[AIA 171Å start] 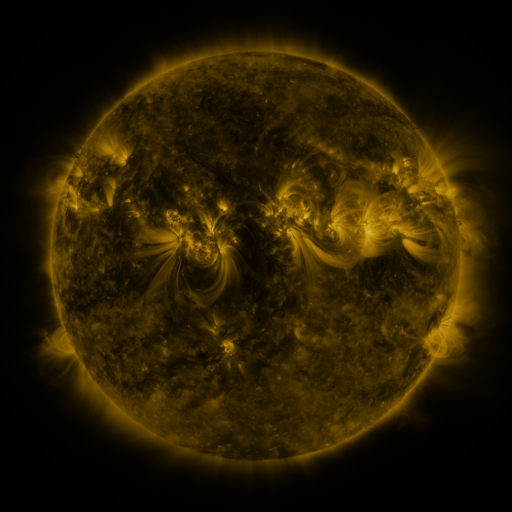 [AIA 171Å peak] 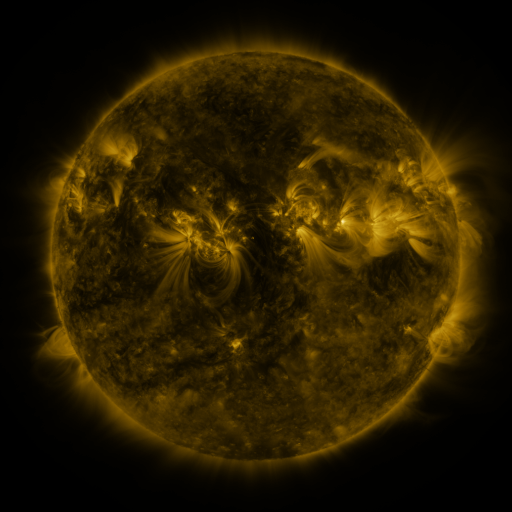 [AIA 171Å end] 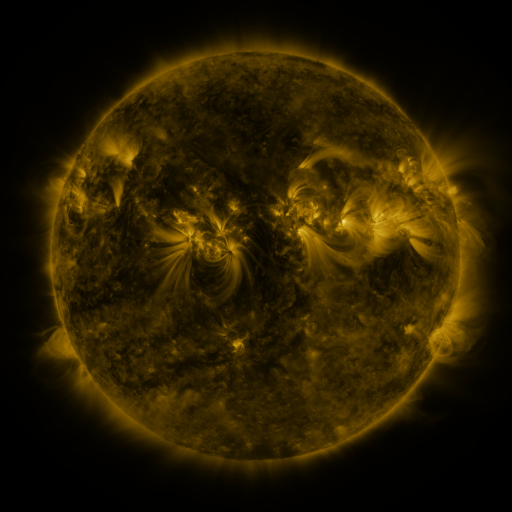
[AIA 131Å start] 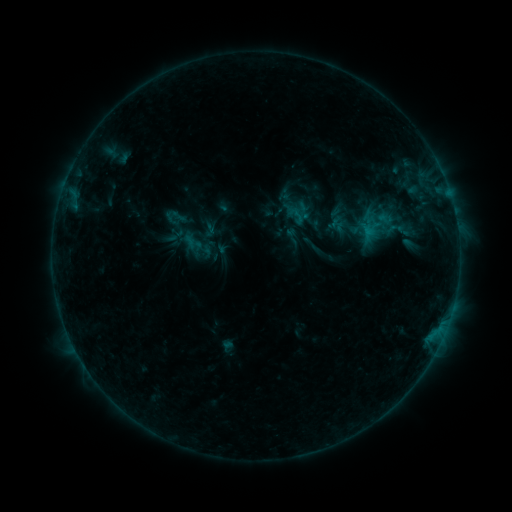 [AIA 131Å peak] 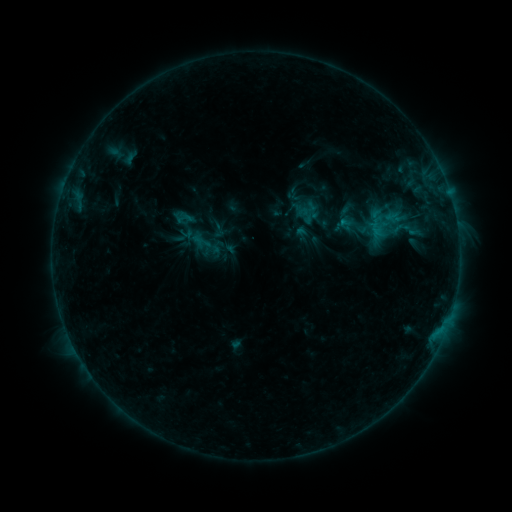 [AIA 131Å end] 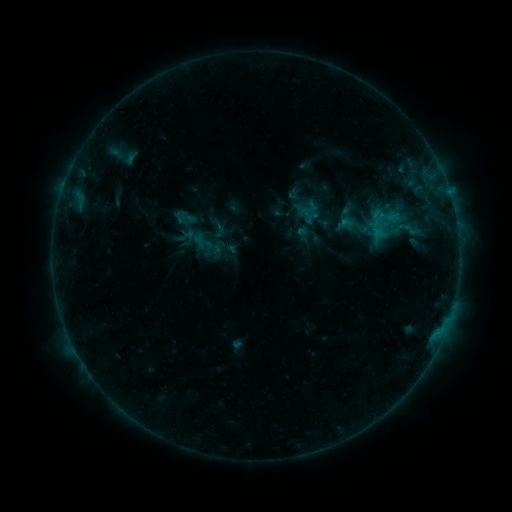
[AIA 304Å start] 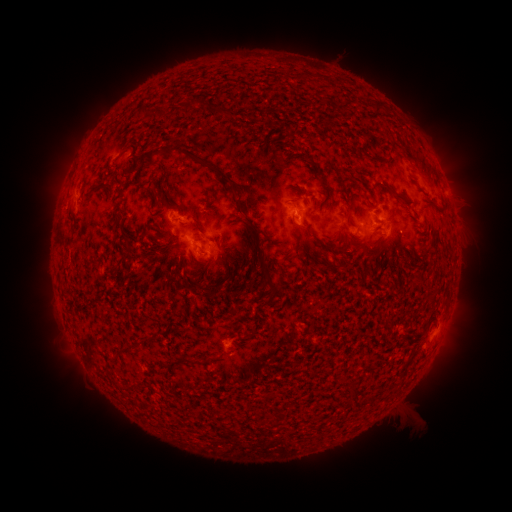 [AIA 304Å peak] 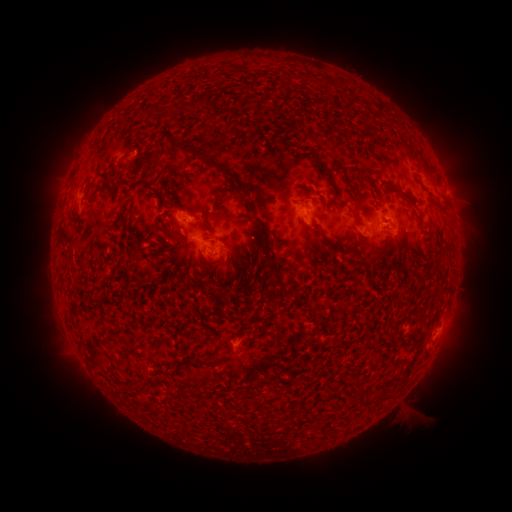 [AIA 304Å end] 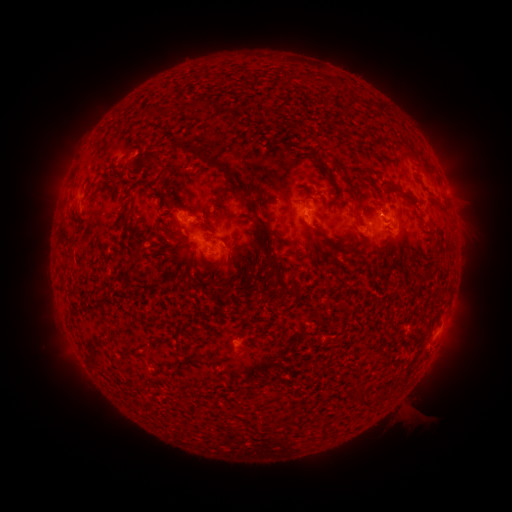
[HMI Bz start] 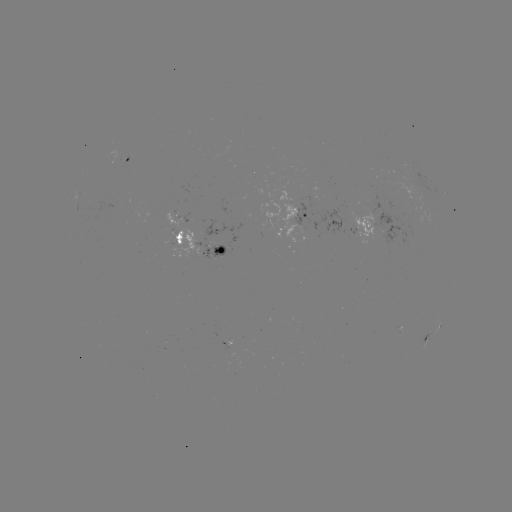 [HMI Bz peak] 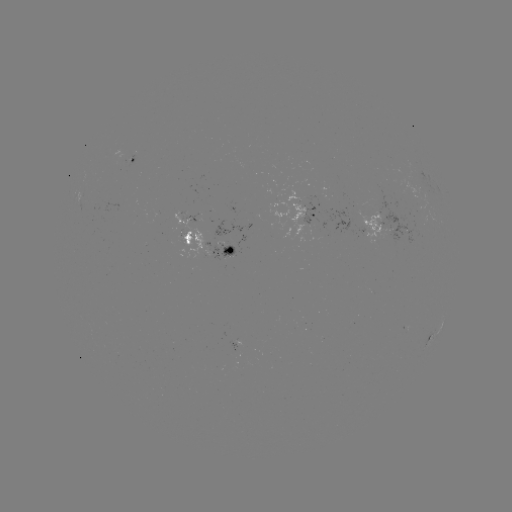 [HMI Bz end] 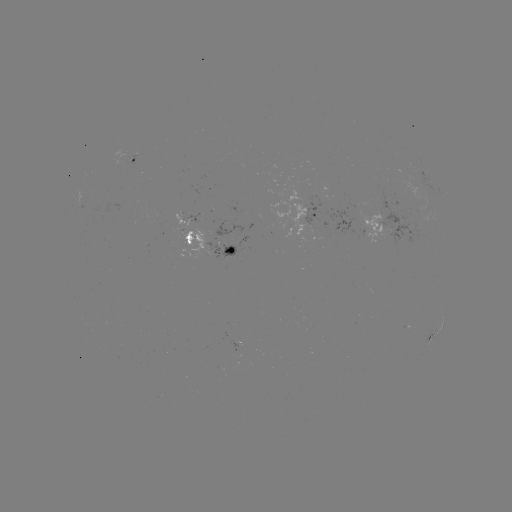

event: emerging-flux region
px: (375, 233)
